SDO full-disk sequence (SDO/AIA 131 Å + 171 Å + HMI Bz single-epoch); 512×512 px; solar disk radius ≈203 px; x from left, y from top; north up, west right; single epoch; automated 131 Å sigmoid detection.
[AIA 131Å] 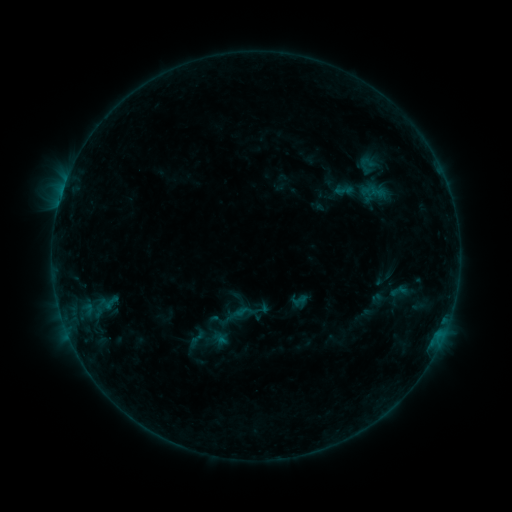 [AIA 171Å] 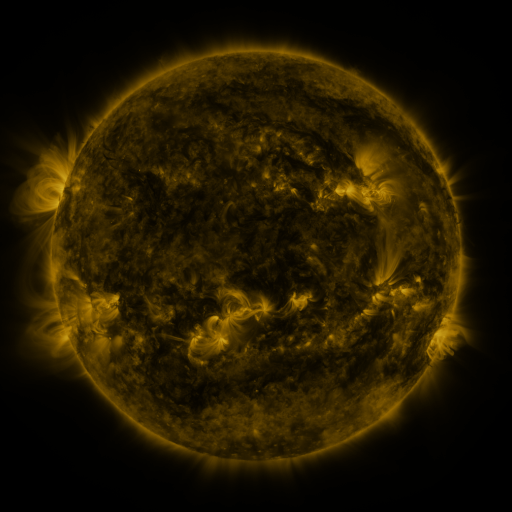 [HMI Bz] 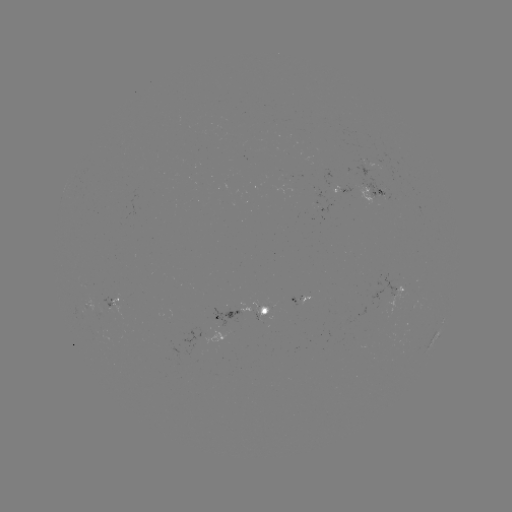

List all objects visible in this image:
sigmoid: (378, 192)
sigmoid: (218, 320)
sigmoid: (196, 338)
